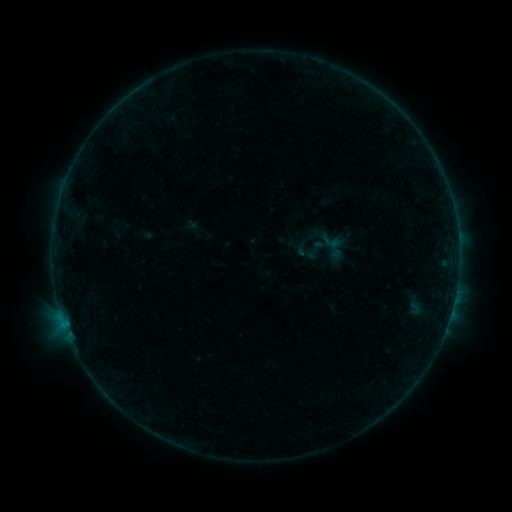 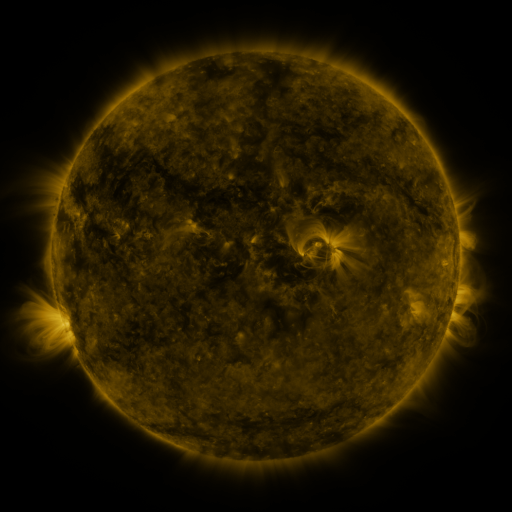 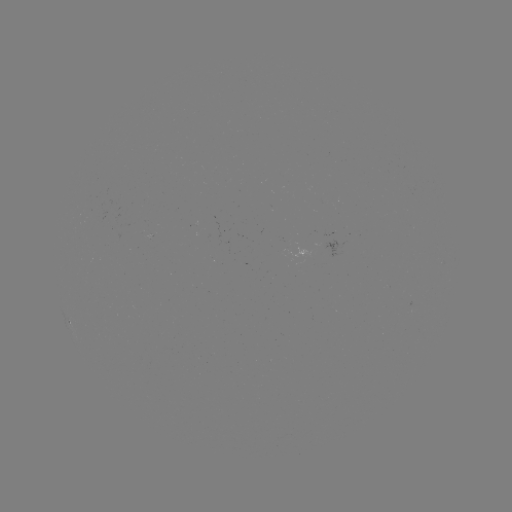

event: sigmoid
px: (316, 250)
